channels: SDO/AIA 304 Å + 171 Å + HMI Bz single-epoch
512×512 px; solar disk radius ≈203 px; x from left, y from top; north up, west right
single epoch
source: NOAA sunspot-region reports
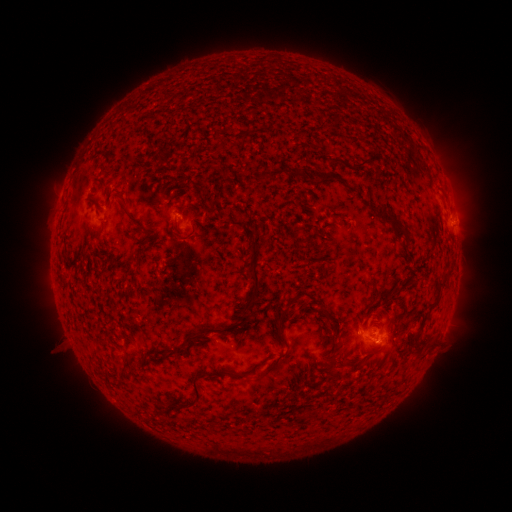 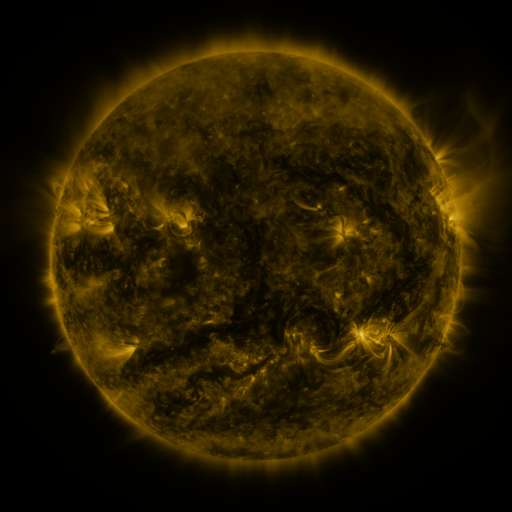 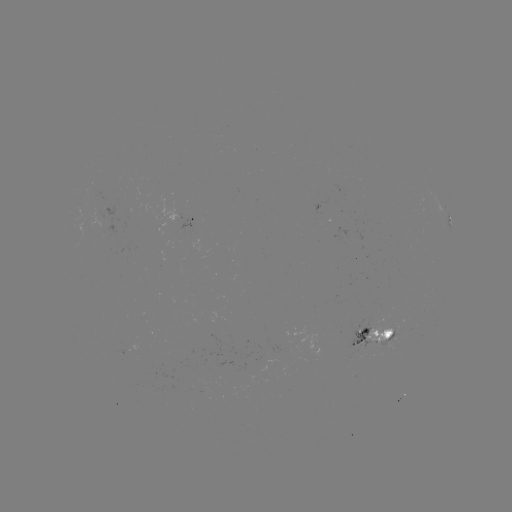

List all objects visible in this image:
spotted active region: (449, 218)
spotted active region: (192, 220)
spotted active region: (375, 335)
